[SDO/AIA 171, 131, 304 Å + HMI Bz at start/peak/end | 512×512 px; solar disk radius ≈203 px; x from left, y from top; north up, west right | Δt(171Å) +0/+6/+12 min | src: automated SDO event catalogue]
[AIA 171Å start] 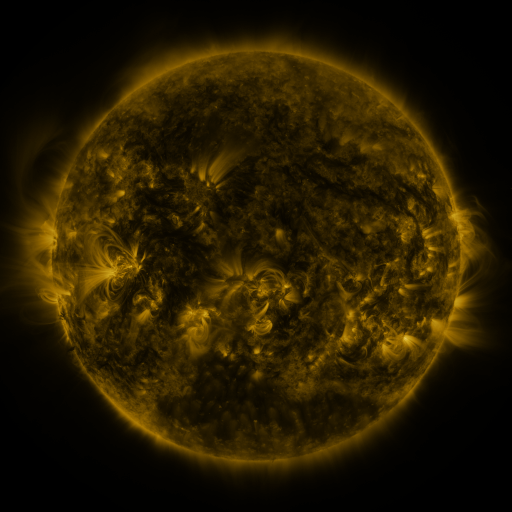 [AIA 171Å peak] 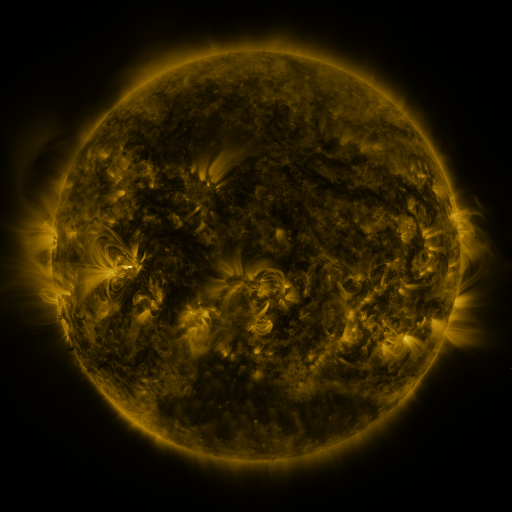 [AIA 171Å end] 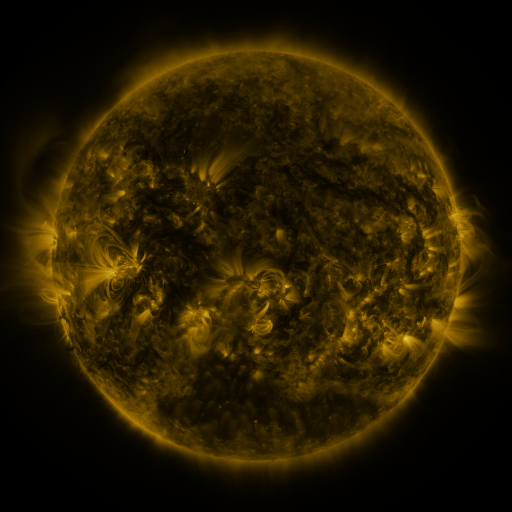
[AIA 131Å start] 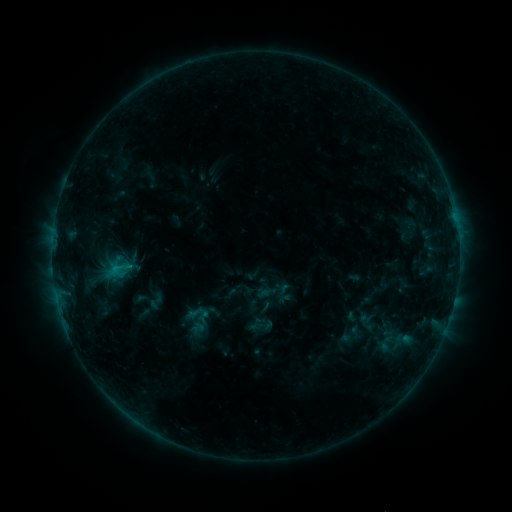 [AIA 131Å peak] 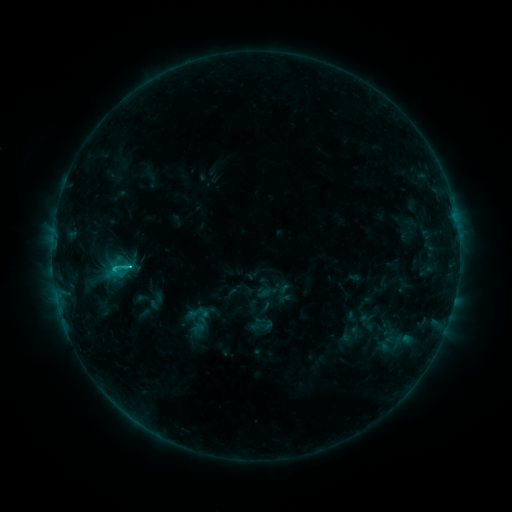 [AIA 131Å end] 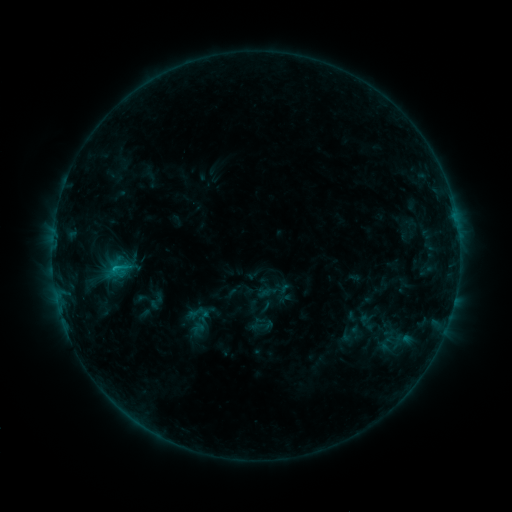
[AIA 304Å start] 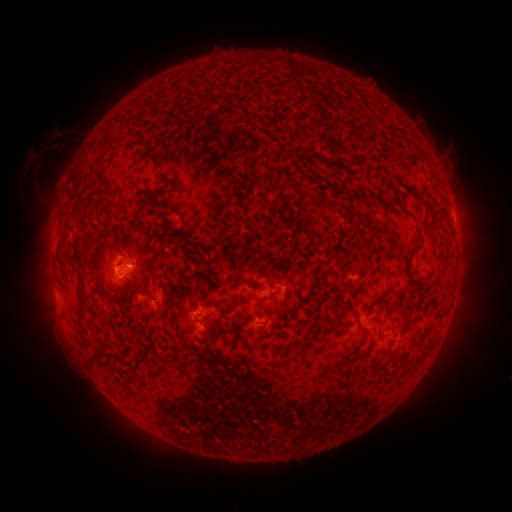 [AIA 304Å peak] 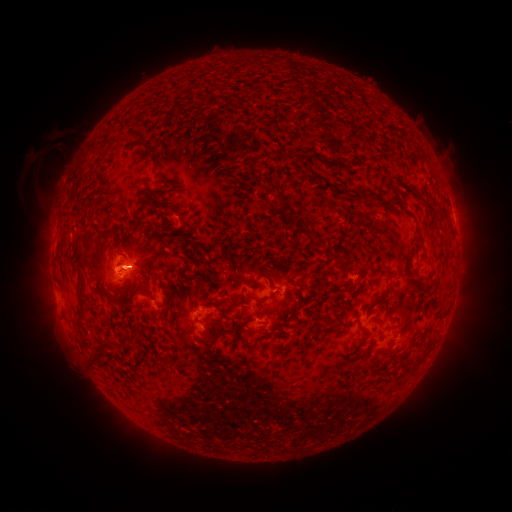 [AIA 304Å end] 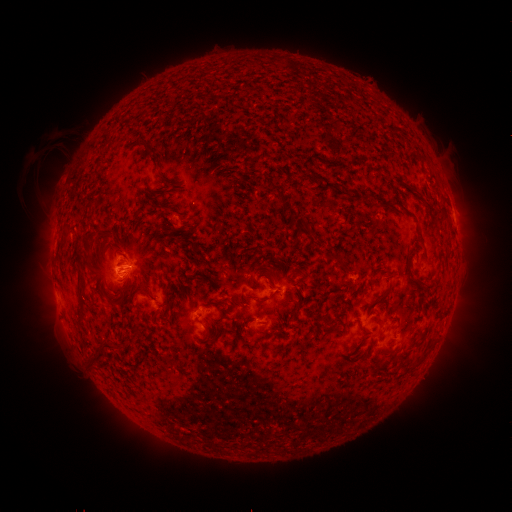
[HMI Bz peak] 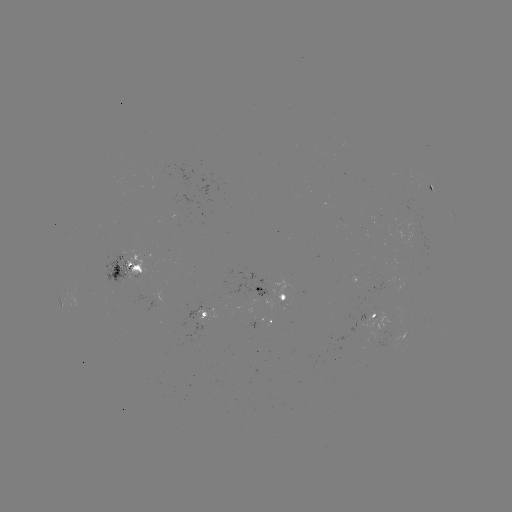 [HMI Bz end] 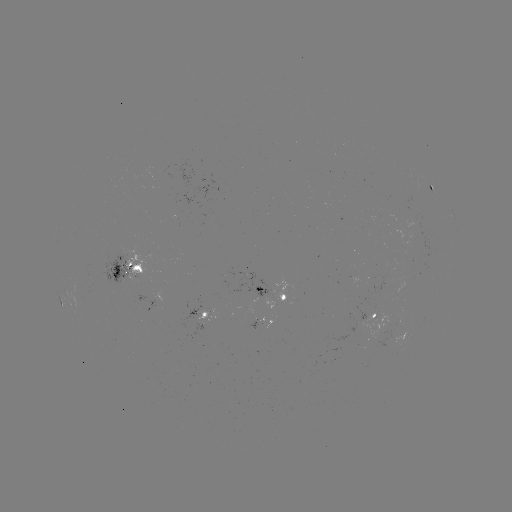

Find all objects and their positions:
C1.8 flare: (130, 265)
